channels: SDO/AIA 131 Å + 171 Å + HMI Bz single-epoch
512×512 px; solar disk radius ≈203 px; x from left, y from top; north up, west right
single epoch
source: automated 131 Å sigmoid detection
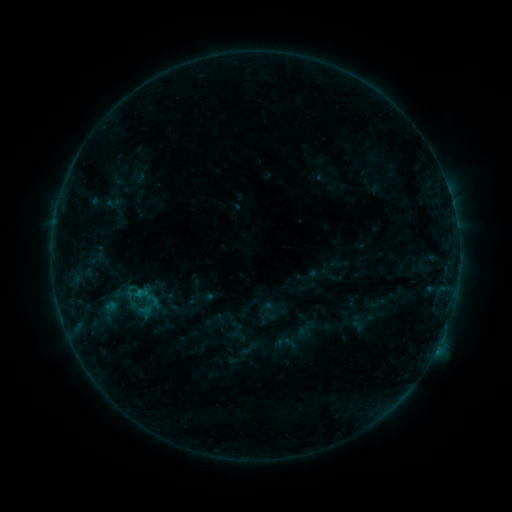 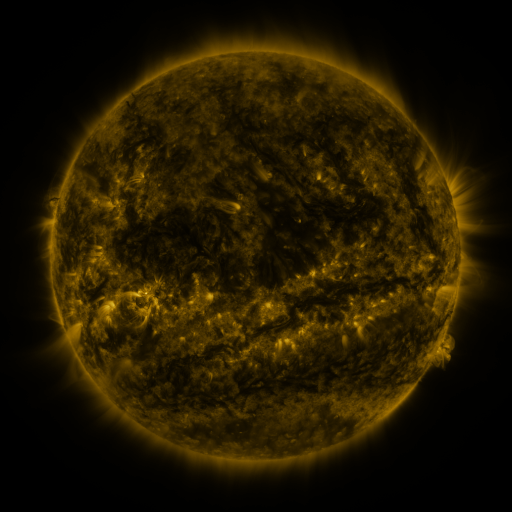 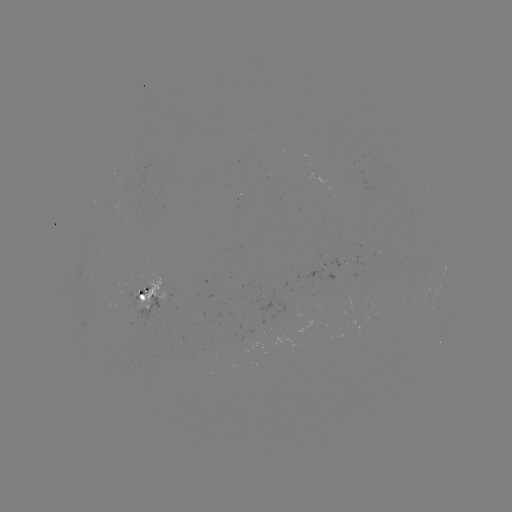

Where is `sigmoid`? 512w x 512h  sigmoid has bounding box [109, 275, 158, 312].